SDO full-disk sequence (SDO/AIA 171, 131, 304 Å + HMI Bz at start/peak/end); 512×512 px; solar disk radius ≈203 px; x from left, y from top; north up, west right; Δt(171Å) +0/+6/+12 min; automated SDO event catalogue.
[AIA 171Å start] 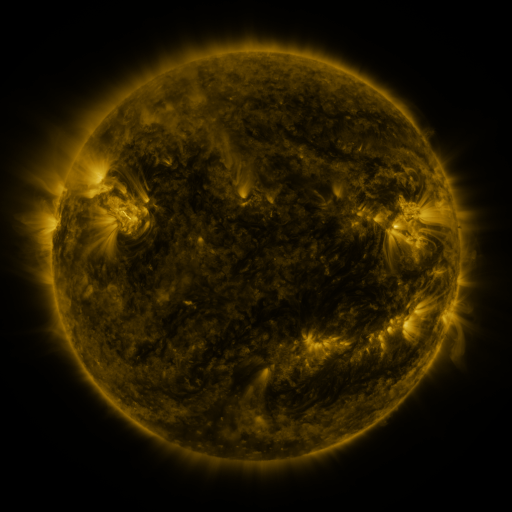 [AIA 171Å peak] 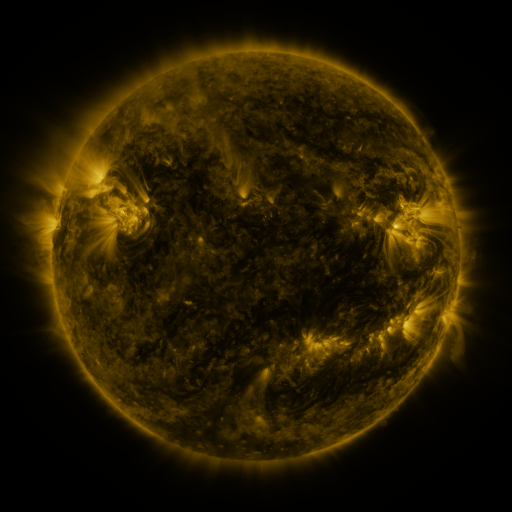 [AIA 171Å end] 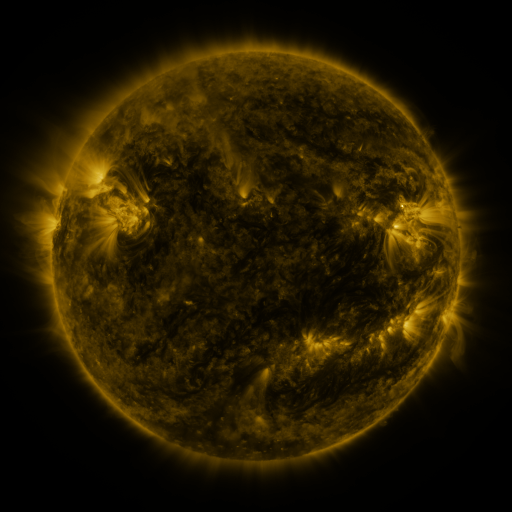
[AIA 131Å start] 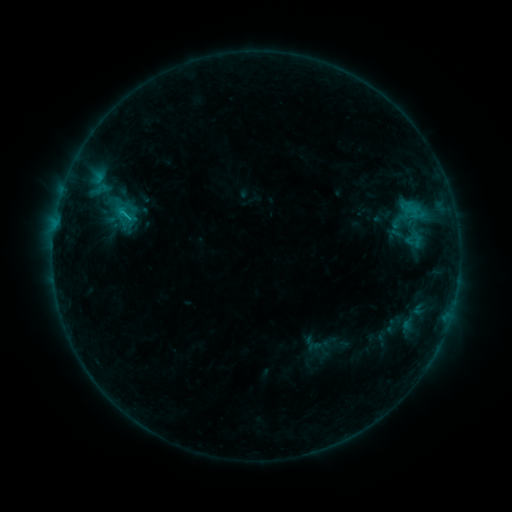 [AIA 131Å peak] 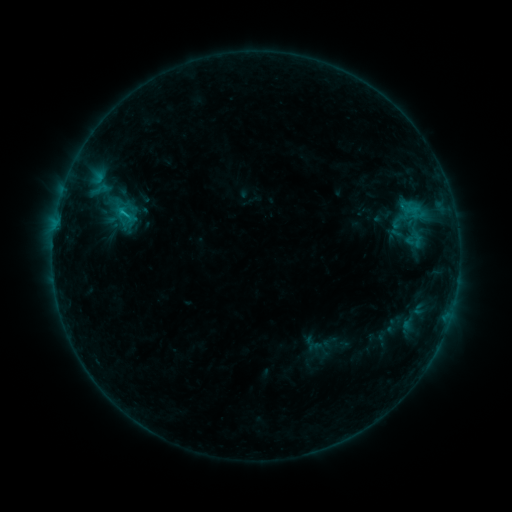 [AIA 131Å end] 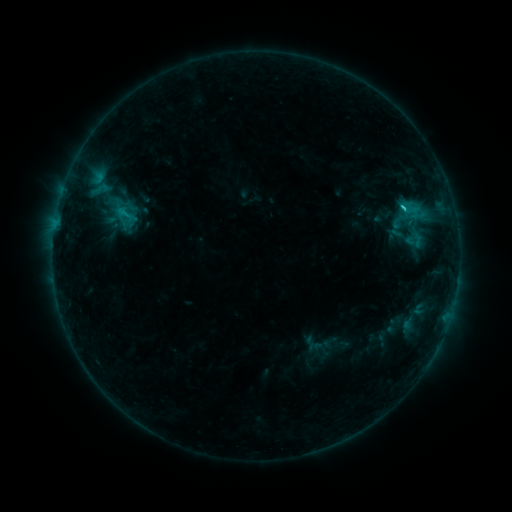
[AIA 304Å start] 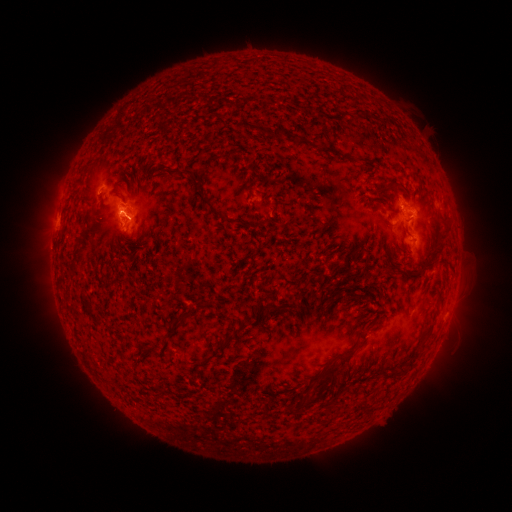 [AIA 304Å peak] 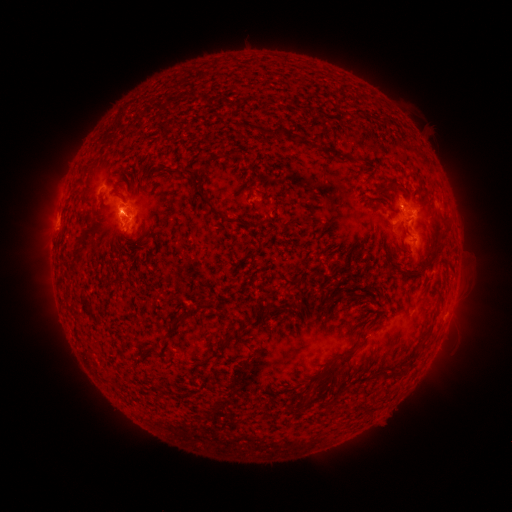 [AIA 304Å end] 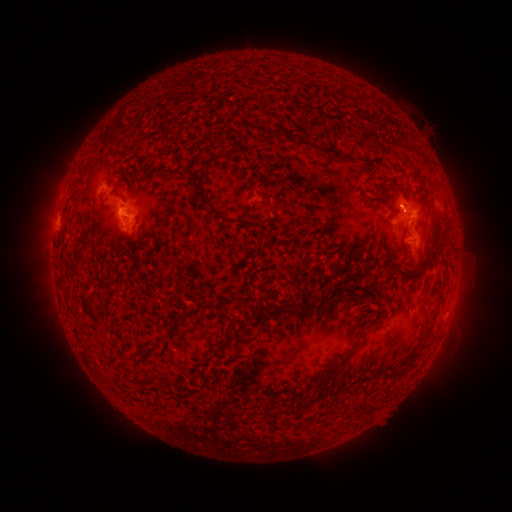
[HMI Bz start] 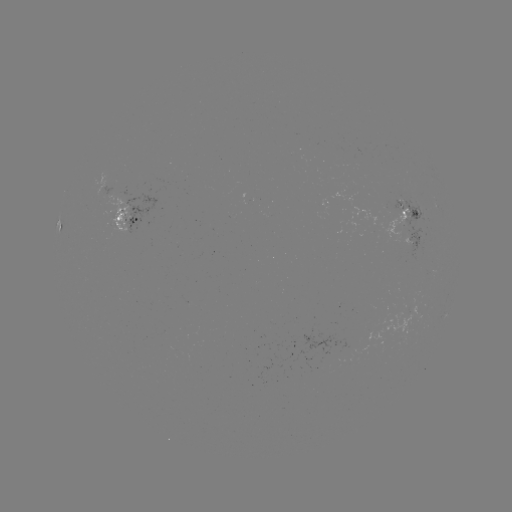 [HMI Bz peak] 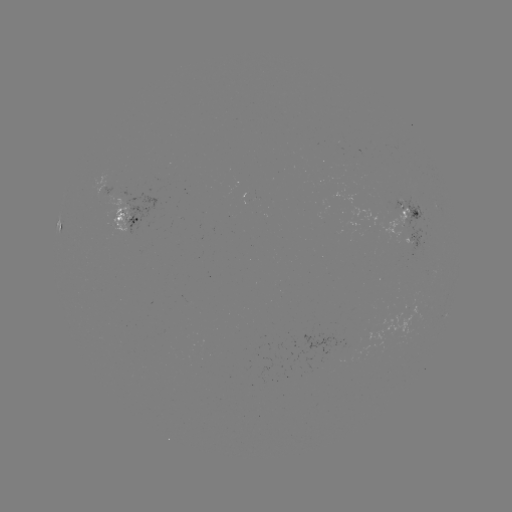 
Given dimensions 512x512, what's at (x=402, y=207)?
C1.6 flare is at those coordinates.